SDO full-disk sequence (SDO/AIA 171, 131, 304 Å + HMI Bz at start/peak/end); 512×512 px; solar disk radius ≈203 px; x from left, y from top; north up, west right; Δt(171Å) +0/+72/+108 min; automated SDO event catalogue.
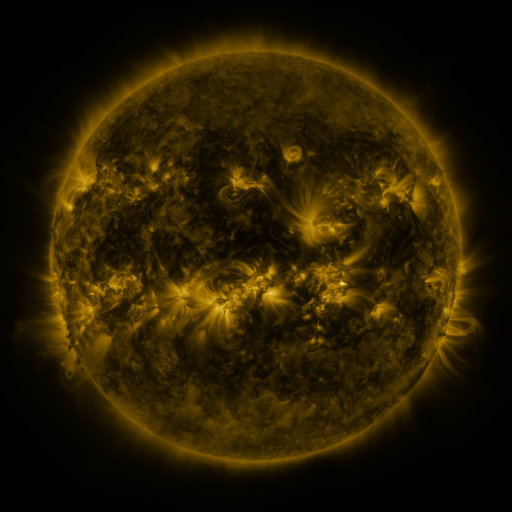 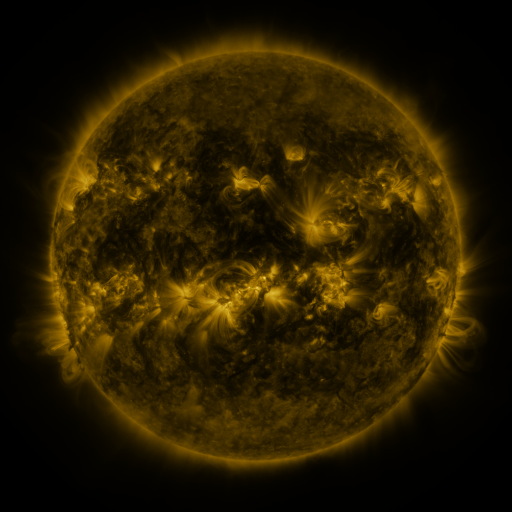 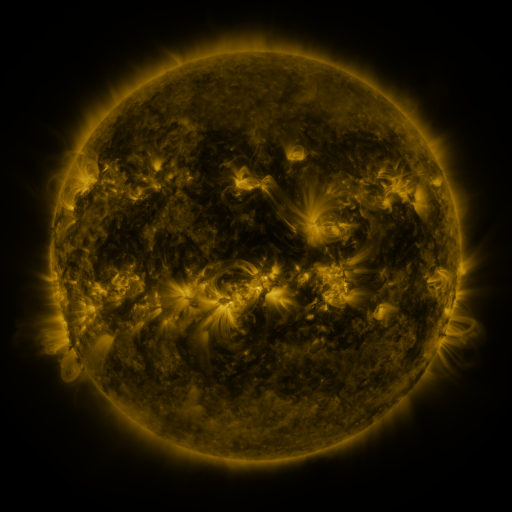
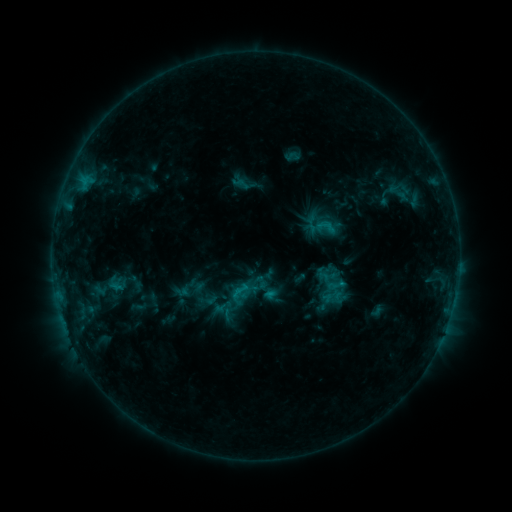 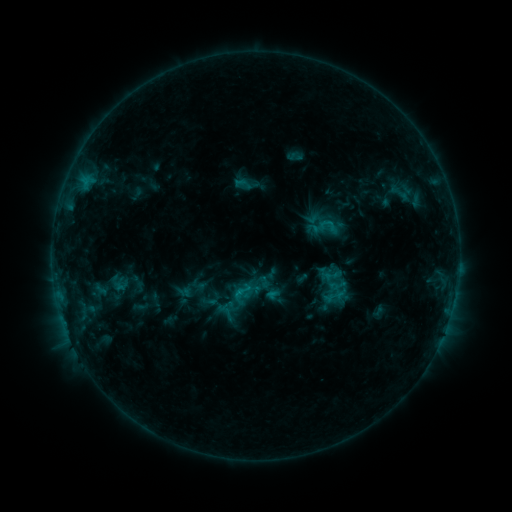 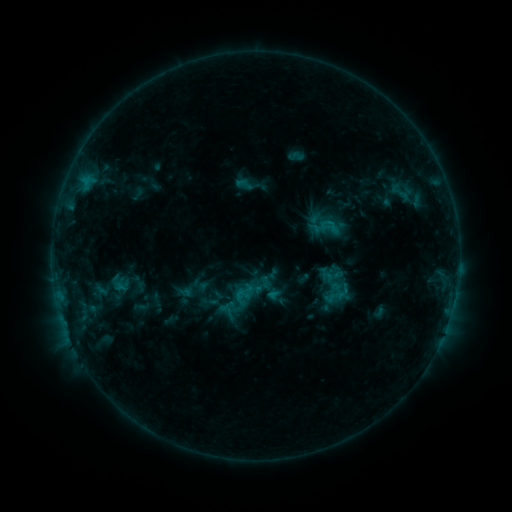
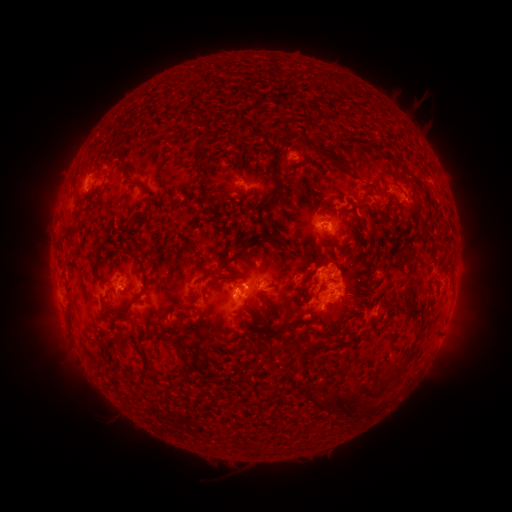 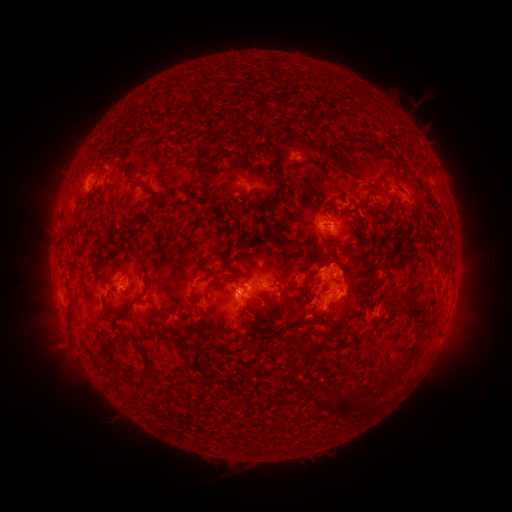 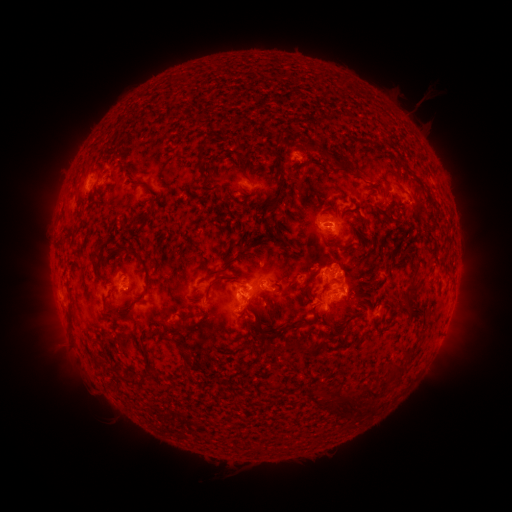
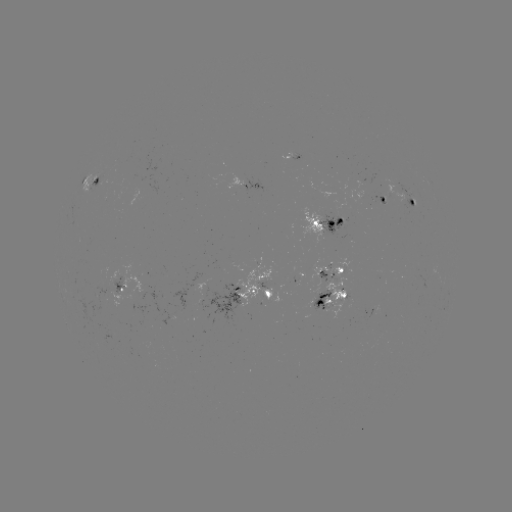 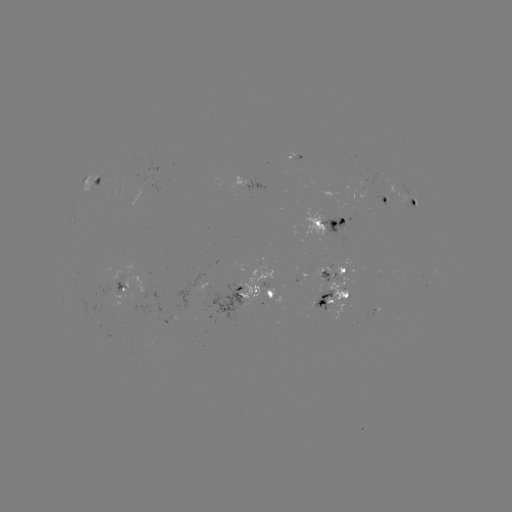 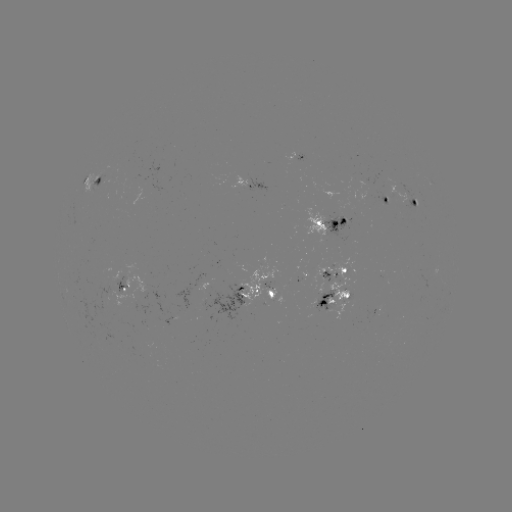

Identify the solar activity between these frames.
emerging-flux region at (315, 303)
